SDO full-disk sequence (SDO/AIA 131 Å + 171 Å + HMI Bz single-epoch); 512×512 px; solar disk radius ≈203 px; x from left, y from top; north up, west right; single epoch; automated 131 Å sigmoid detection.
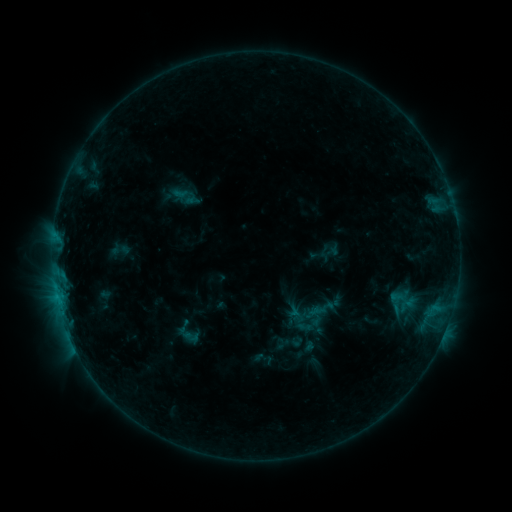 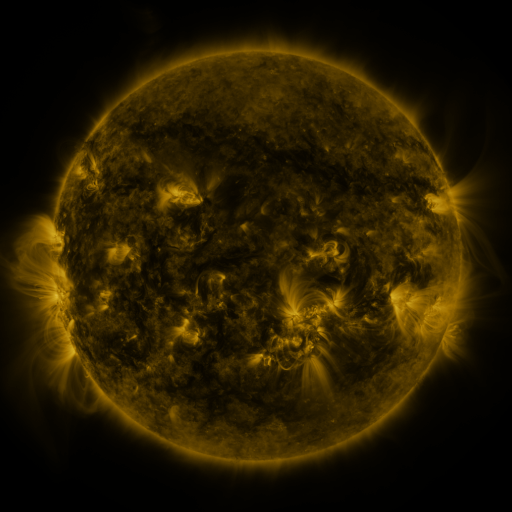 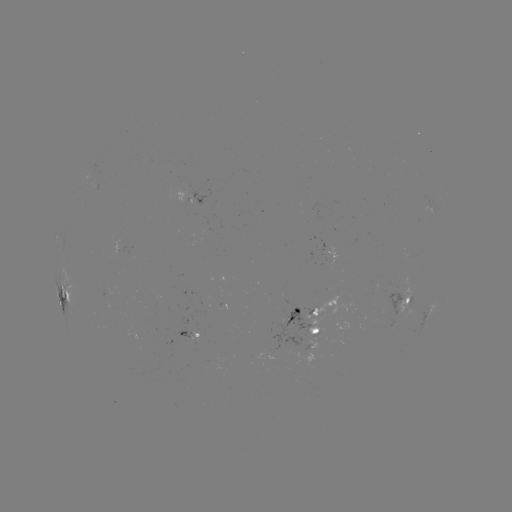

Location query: sigmoid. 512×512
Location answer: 191,336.